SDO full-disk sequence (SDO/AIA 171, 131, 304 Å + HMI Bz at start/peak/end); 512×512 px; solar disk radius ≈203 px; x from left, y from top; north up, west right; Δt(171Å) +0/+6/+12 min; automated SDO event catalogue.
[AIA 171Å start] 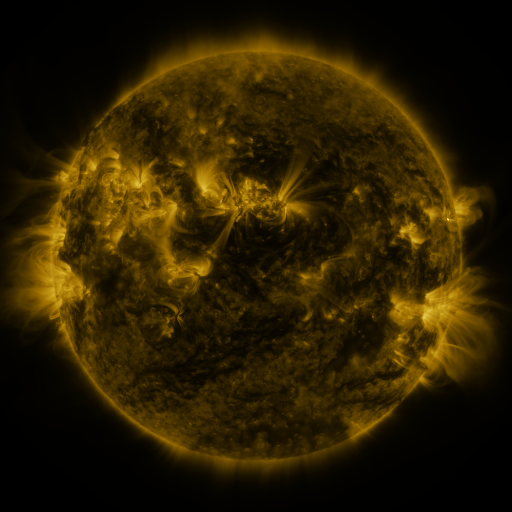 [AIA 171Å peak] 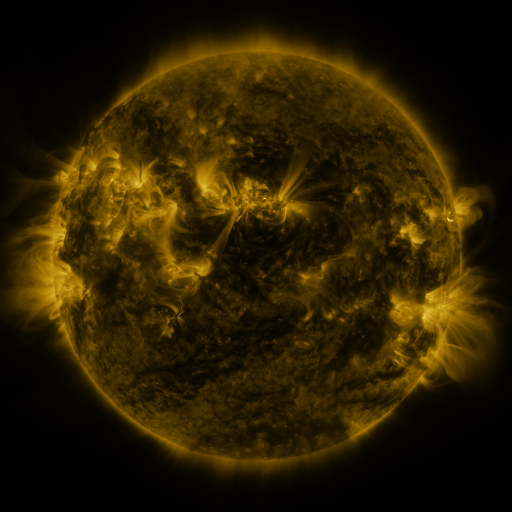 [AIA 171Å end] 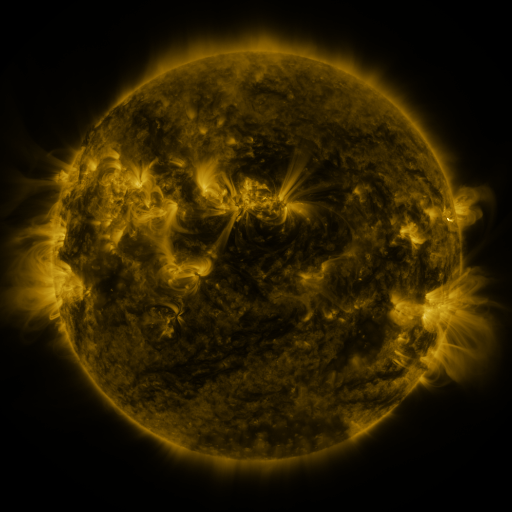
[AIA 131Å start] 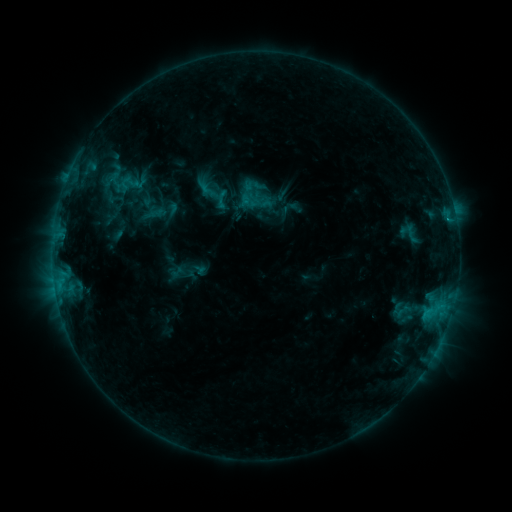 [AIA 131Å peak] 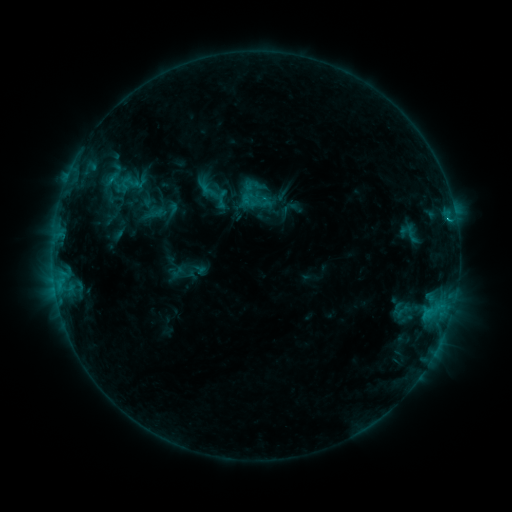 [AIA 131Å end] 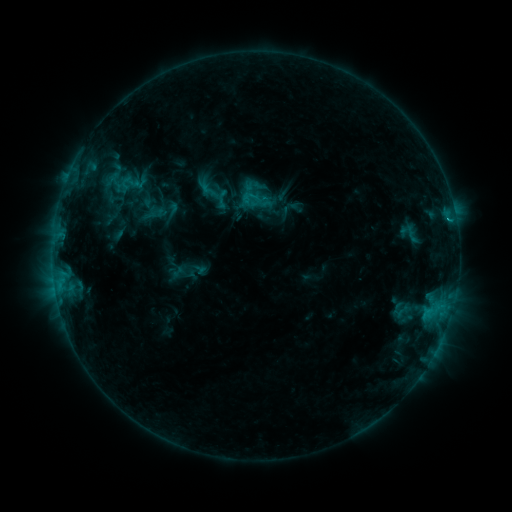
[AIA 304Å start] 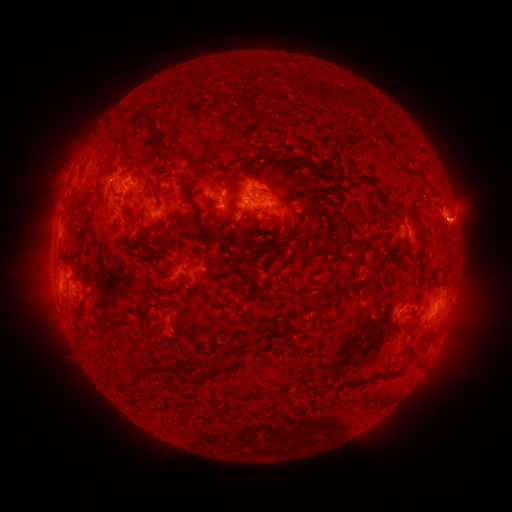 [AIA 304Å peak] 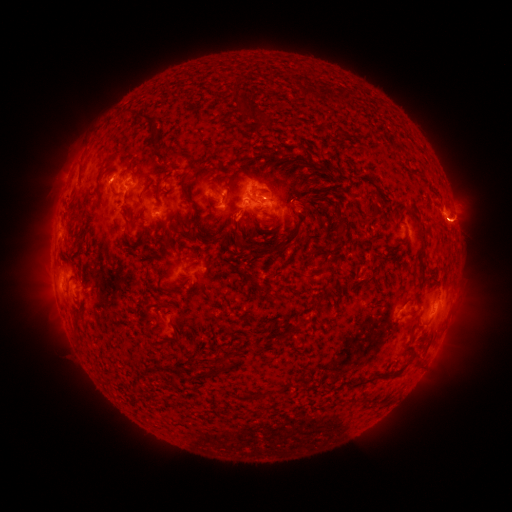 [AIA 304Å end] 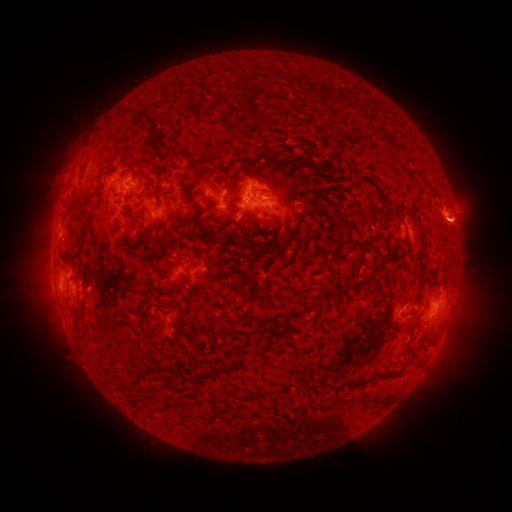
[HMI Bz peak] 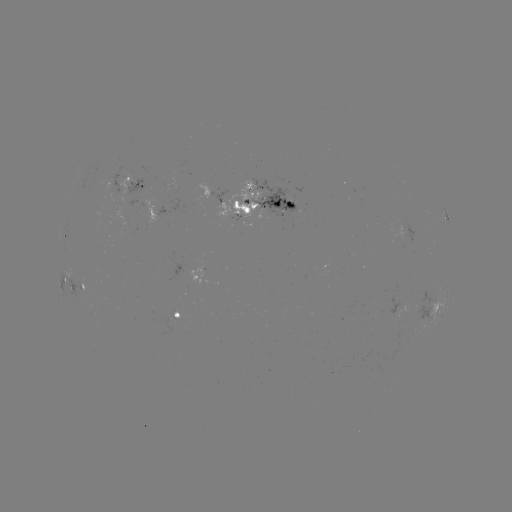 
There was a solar flare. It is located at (111, 179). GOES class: C1.1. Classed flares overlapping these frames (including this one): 1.